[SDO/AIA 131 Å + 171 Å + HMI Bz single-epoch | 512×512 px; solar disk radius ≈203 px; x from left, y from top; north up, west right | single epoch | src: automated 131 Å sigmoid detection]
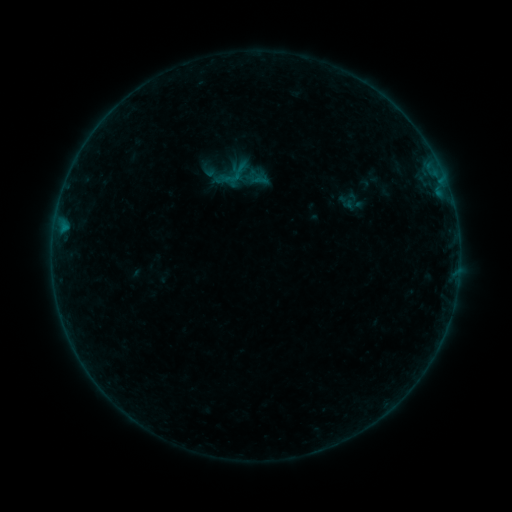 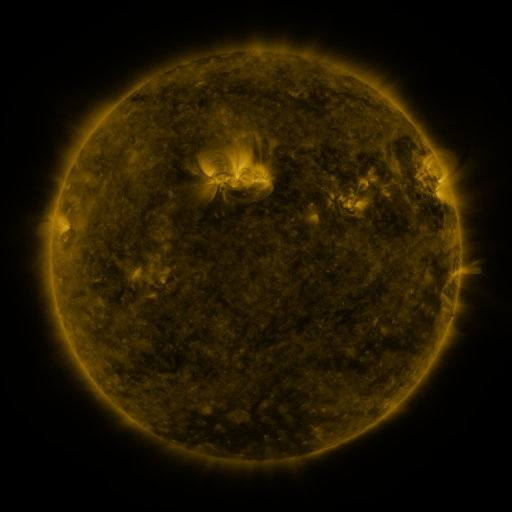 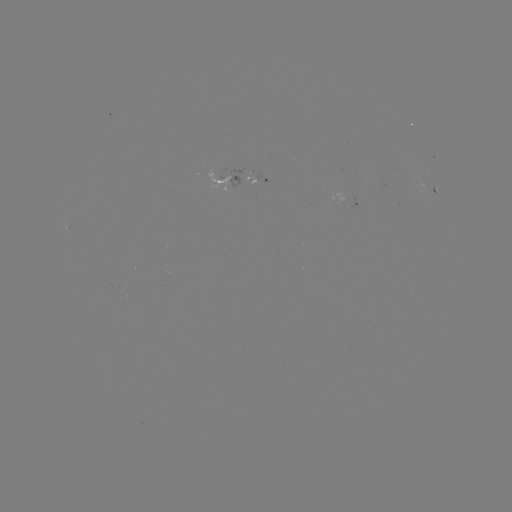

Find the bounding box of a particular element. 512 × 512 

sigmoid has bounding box [224, 169, 241, 186].